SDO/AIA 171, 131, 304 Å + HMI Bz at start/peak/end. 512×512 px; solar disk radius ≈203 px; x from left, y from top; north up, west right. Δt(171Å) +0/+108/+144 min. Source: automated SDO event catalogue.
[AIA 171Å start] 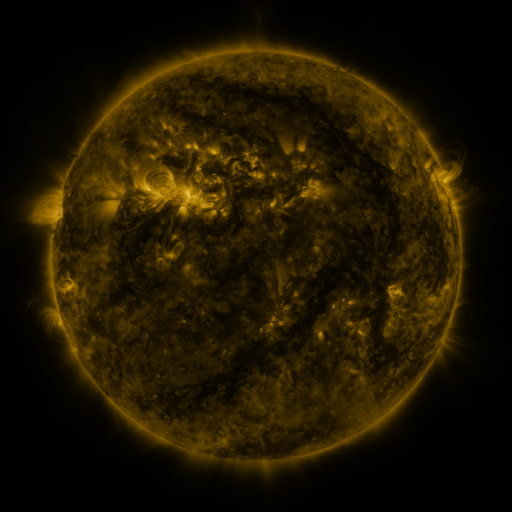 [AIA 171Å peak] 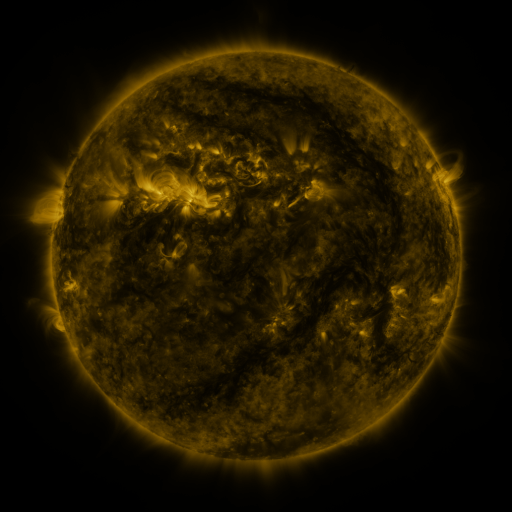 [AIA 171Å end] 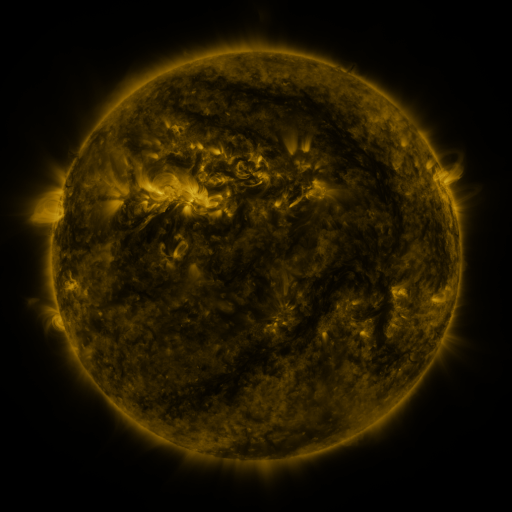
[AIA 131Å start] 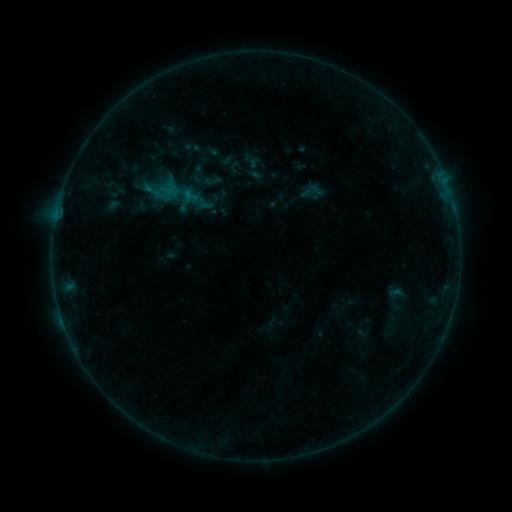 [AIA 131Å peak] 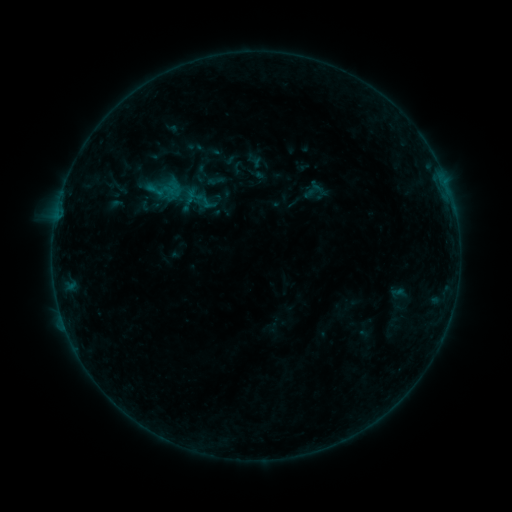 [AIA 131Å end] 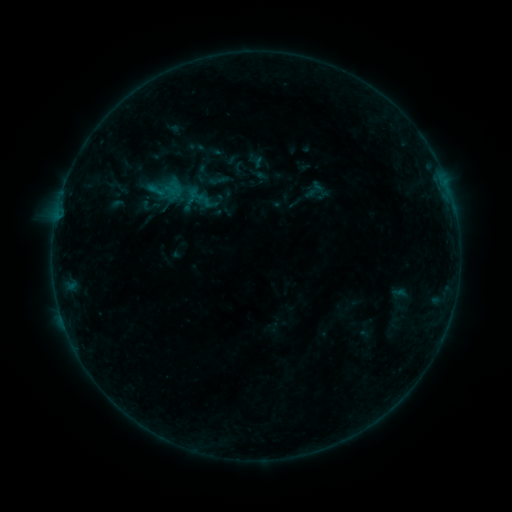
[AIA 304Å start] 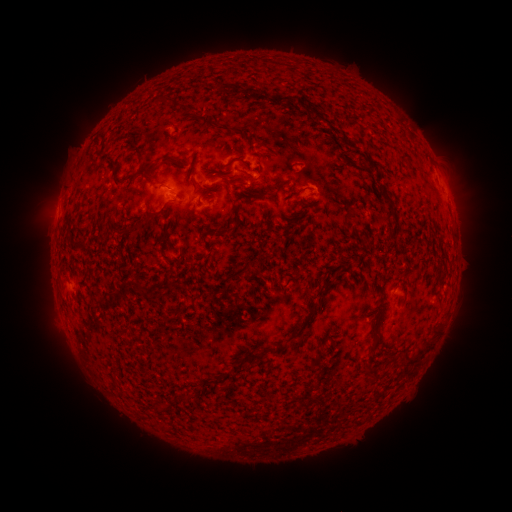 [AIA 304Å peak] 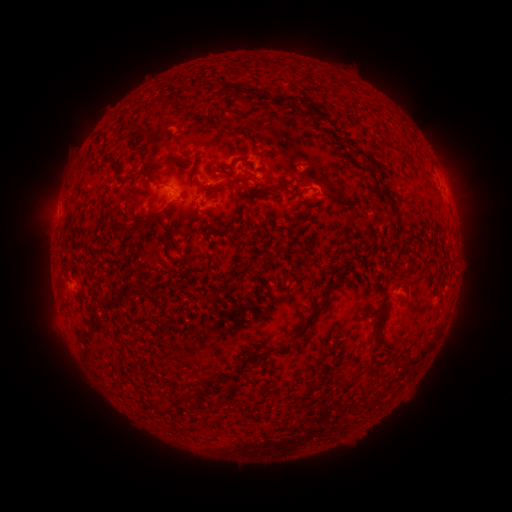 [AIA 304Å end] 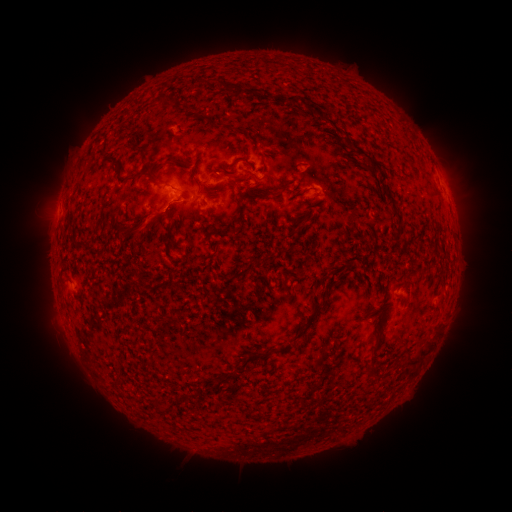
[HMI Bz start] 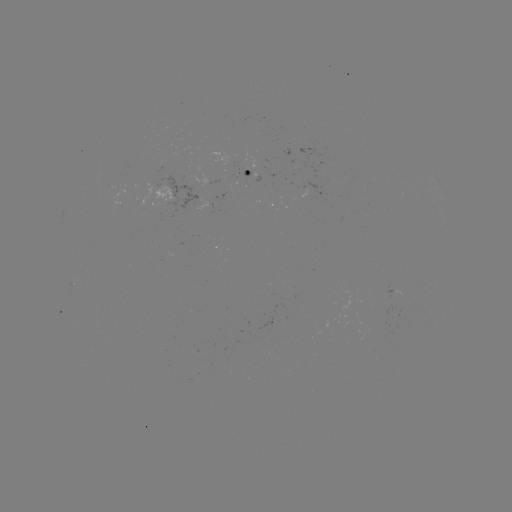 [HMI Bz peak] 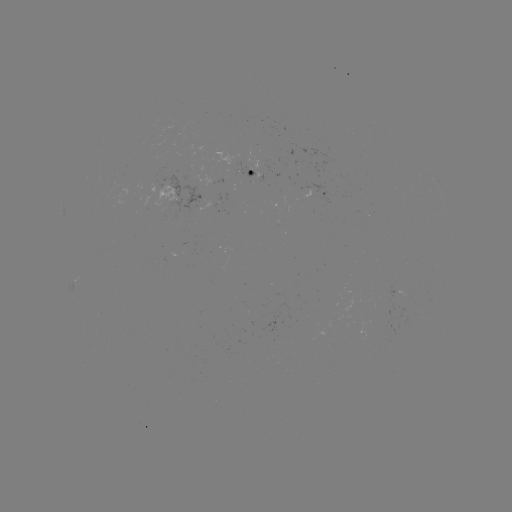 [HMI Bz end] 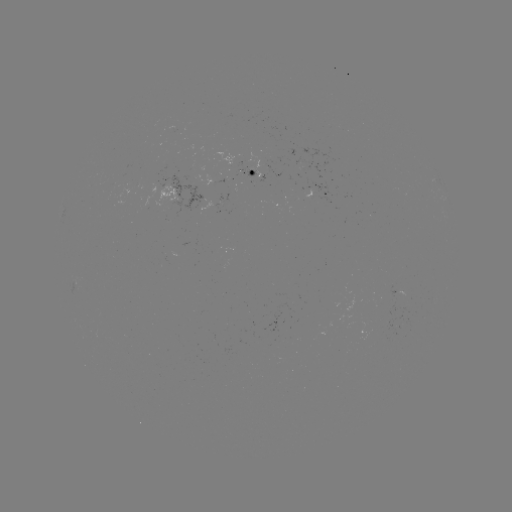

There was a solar emerging-flux region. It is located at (254, 172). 